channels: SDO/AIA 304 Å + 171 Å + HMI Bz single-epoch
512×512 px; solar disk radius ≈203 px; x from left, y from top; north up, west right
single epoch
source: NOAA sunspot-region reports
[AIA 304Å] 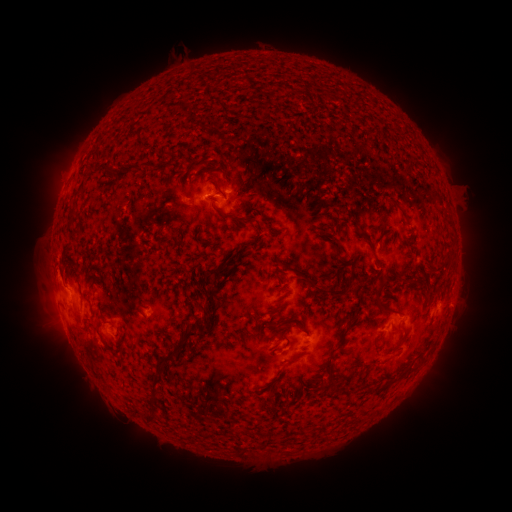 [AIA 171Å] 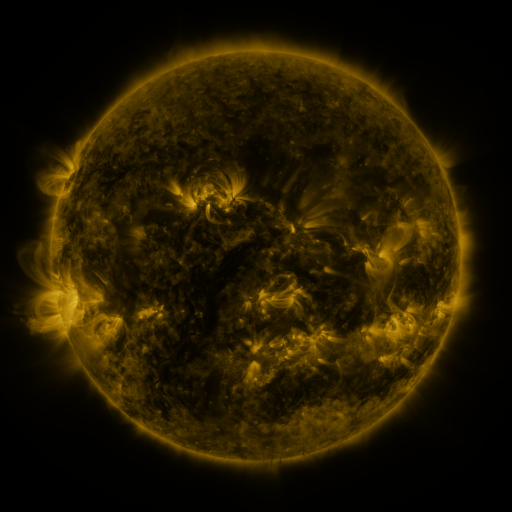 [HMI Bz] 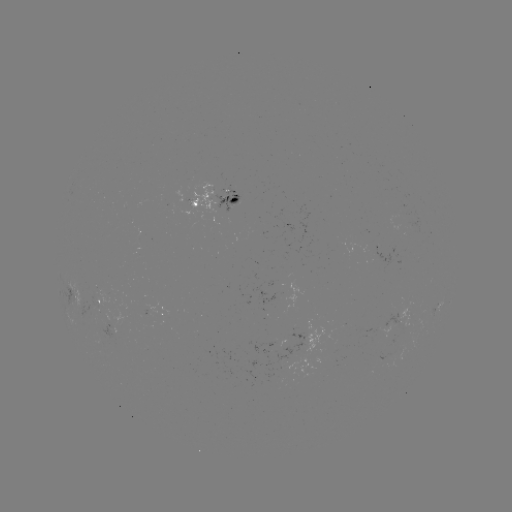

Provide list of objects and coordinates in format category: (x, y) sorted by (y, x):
spotted active region: (216, 198)
spotted active region: (100, 301)
spotted active region: (438, 308)
spotted active region: (162, 312)
spotted active region: (398, 313)
spotted active region: (111, 326)
spotted active region: (302, 337)
